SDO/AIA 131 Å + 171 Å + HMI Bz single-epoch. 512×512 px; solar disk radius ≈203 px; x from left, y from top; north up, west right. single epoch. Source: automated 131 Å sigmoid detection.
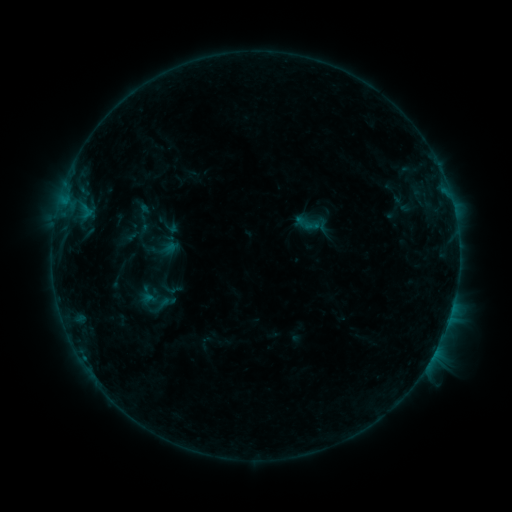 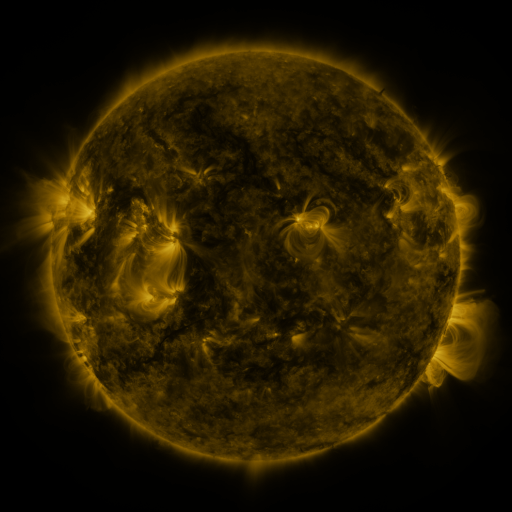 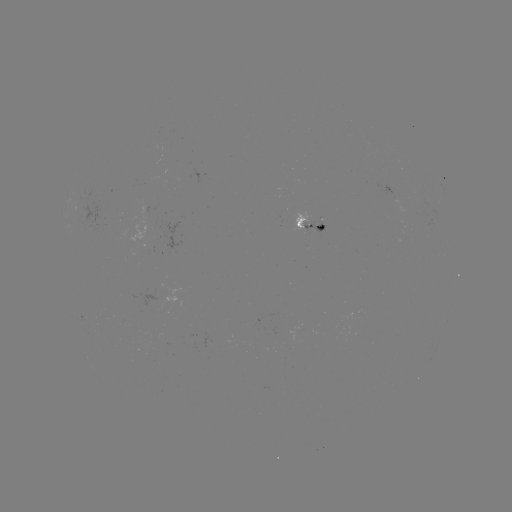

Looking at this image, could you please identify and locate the sigmoid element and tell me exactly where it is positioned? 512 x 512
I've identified sigmoid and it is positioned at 304,223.